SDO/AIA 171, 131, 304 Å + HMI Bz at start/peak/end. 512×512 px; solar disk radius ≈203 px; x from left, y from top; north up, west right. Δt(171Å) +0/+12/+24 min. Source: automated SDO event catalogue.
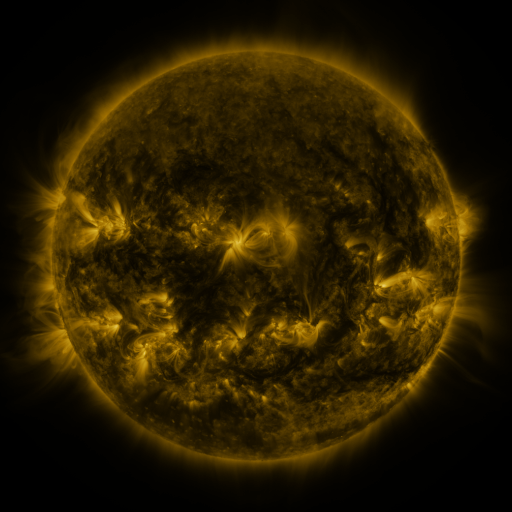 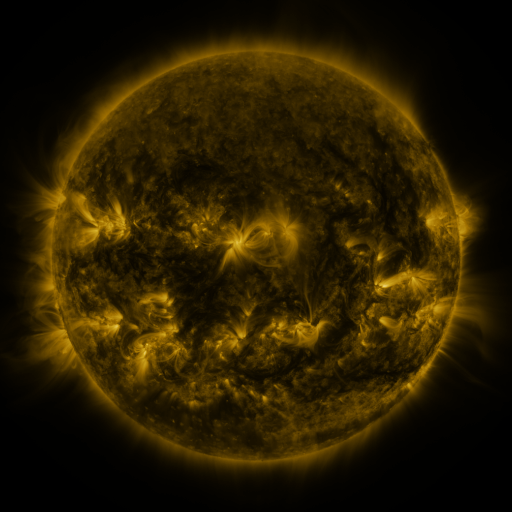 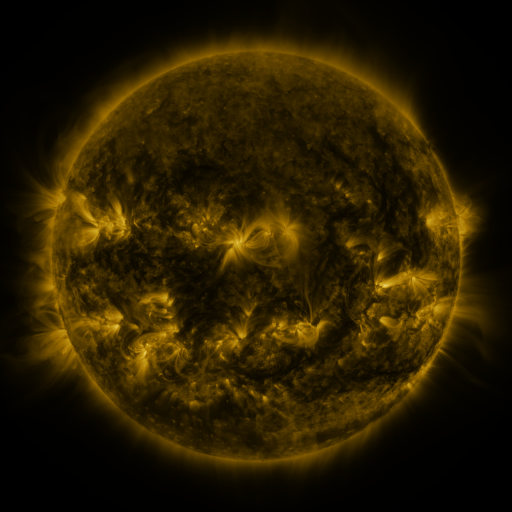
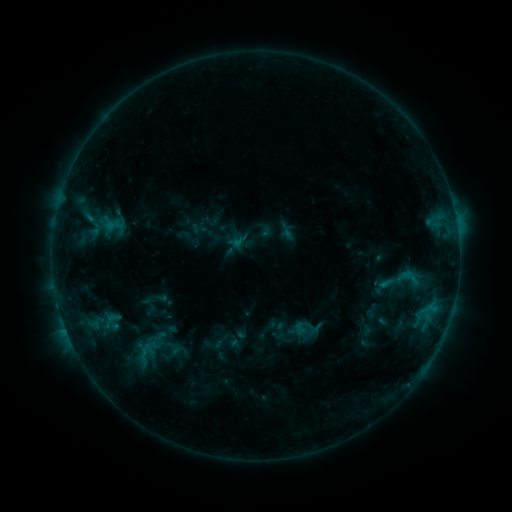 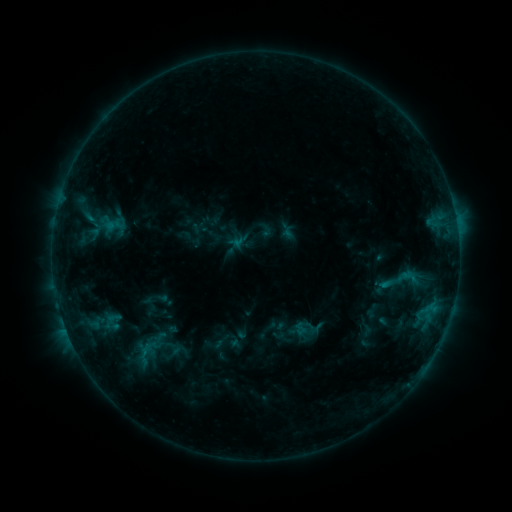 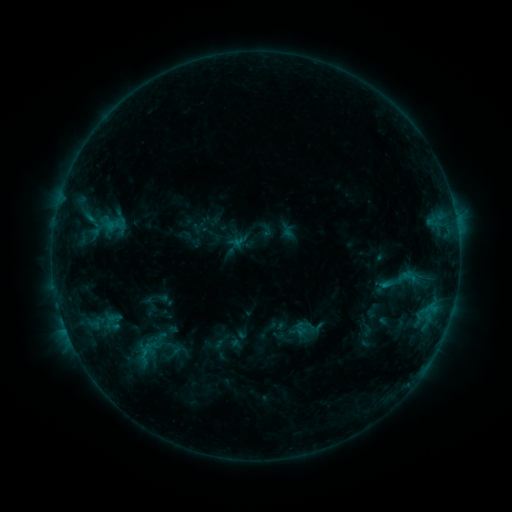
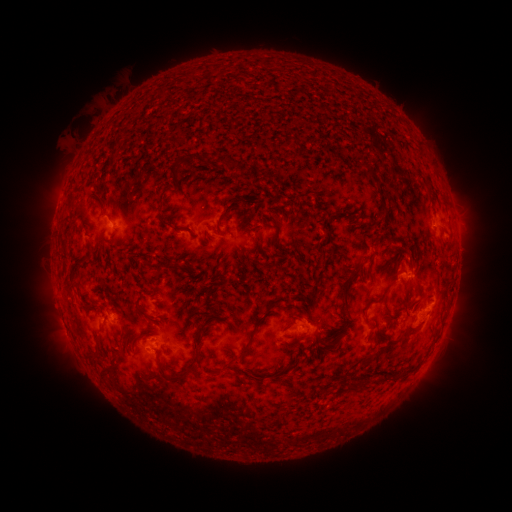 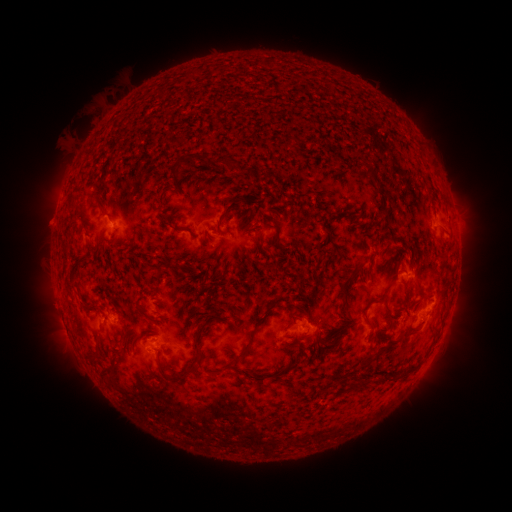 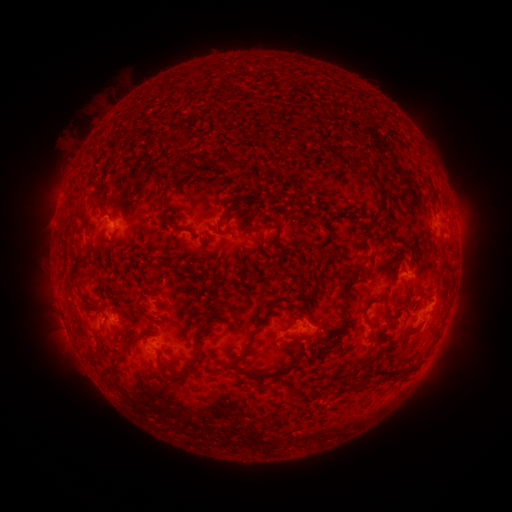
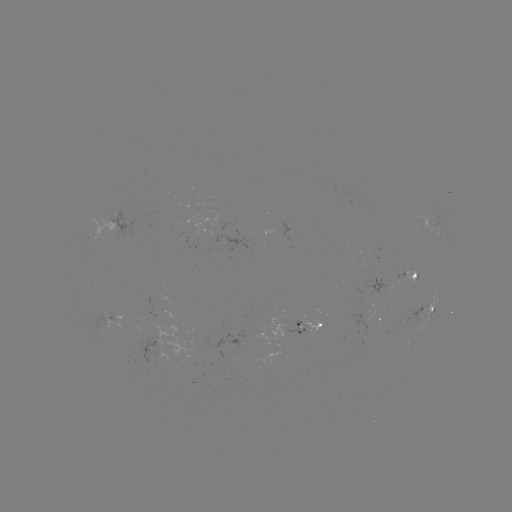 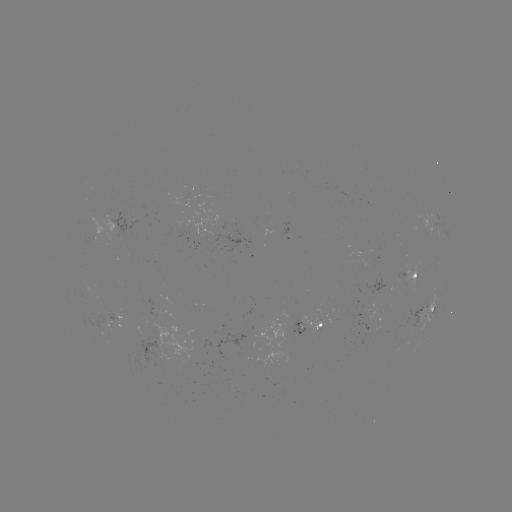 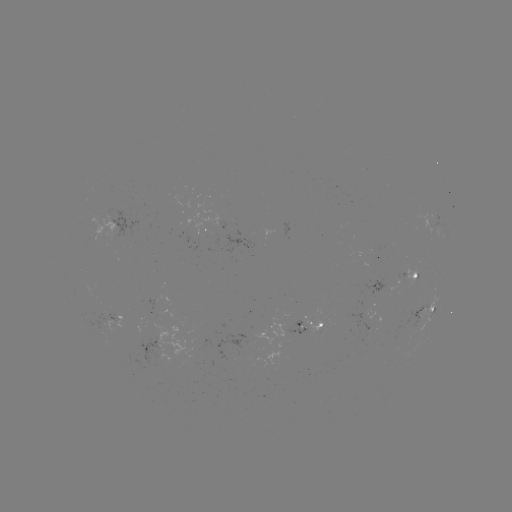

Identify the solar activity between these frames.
no flare in any classed list; no EUV-trigger detection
